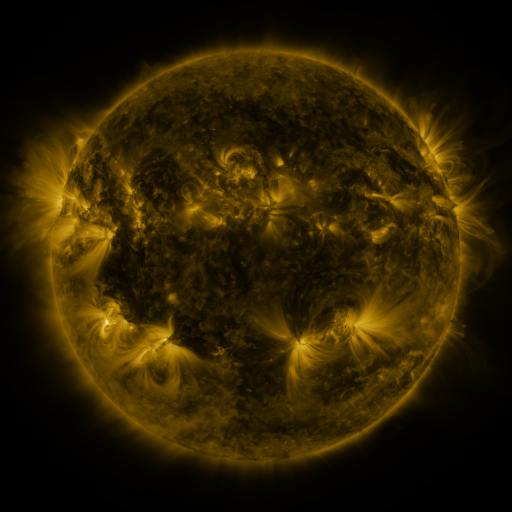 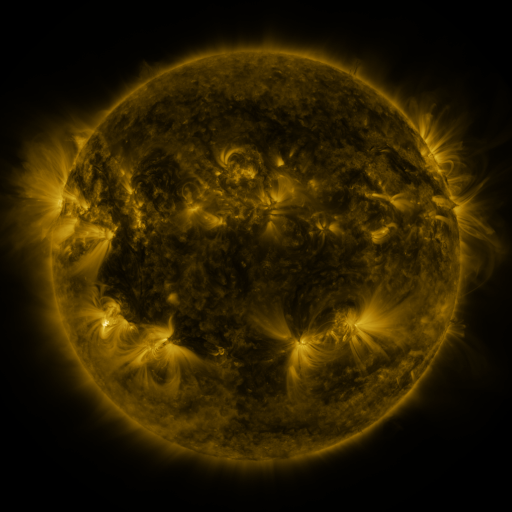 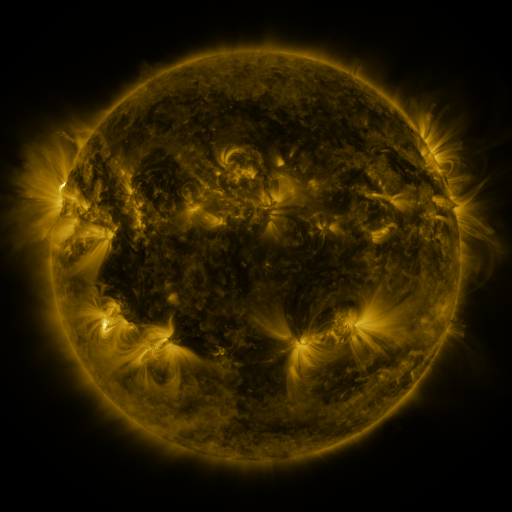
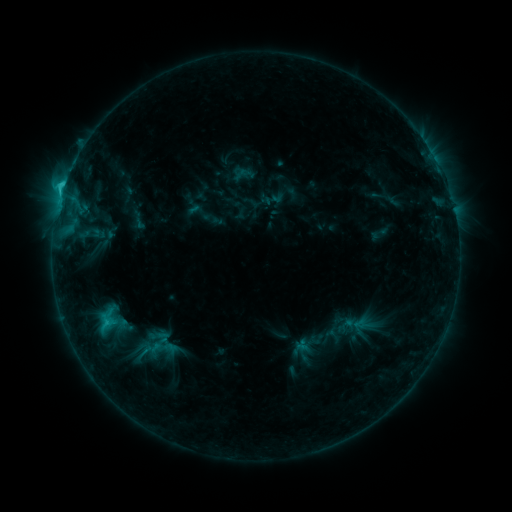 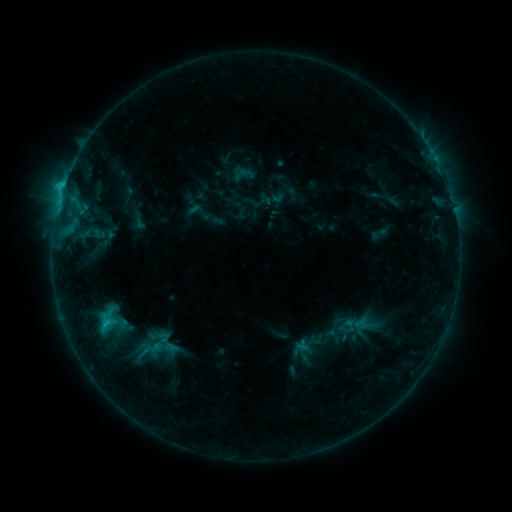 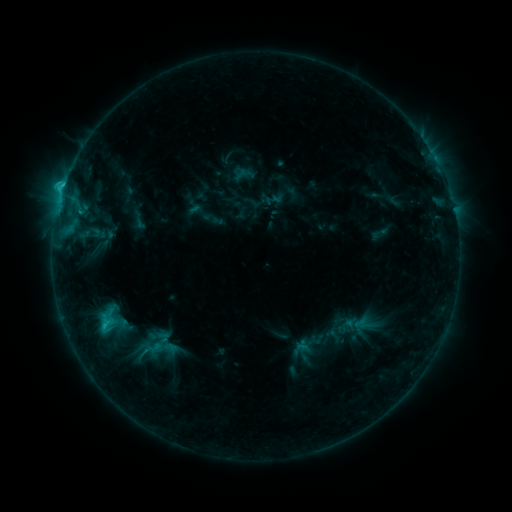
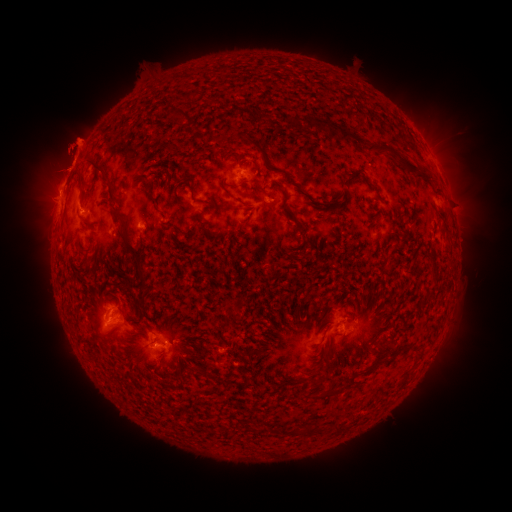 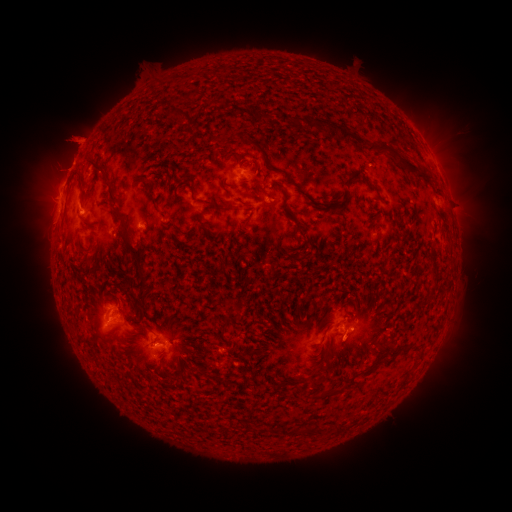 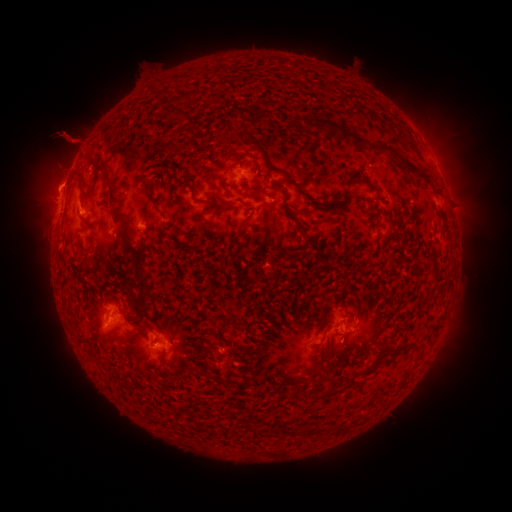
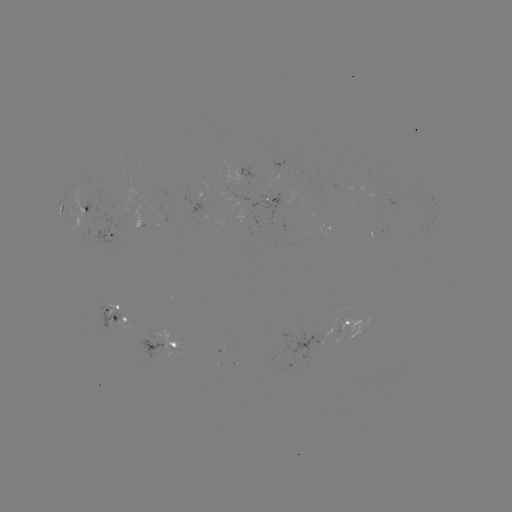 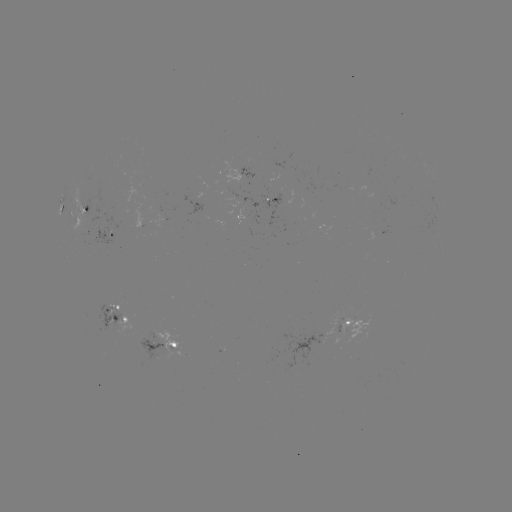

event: eruption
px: (347, 347)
